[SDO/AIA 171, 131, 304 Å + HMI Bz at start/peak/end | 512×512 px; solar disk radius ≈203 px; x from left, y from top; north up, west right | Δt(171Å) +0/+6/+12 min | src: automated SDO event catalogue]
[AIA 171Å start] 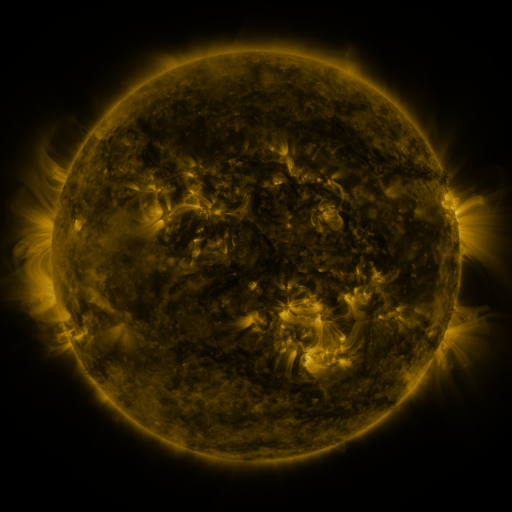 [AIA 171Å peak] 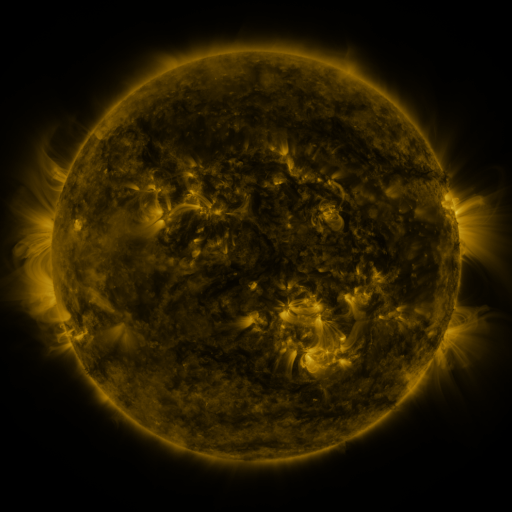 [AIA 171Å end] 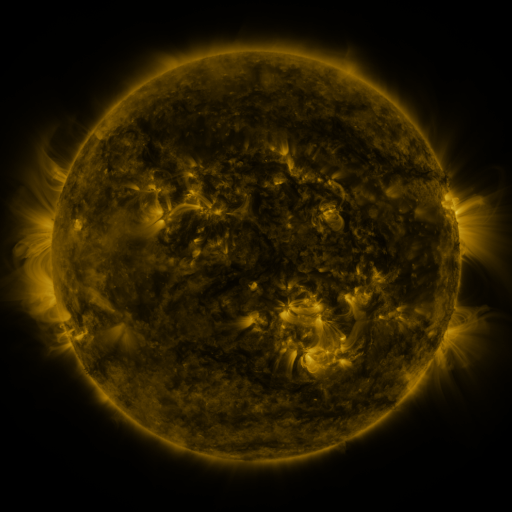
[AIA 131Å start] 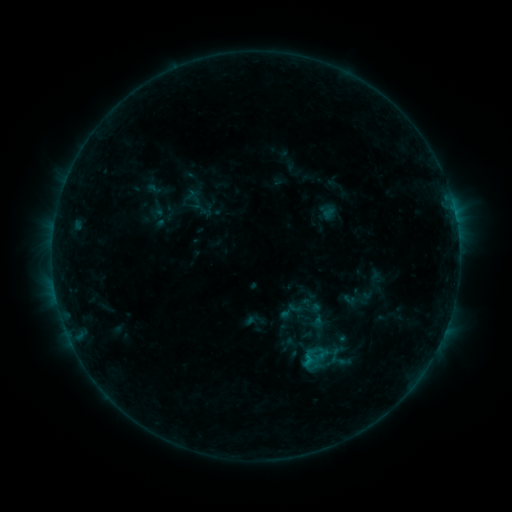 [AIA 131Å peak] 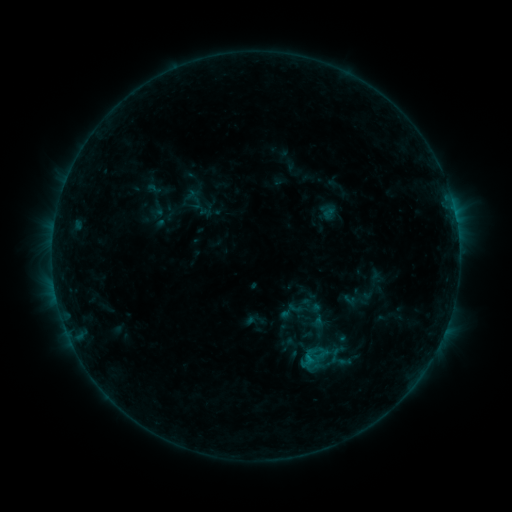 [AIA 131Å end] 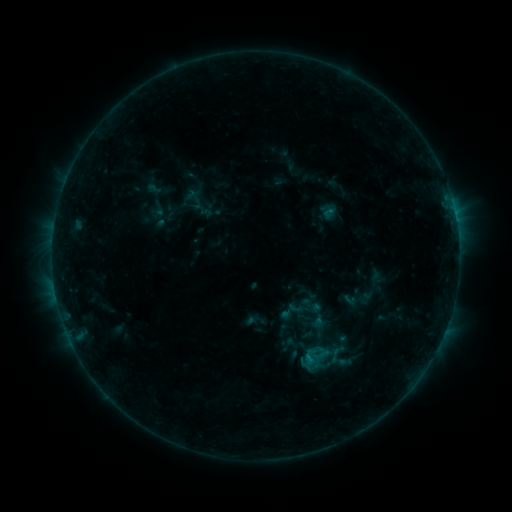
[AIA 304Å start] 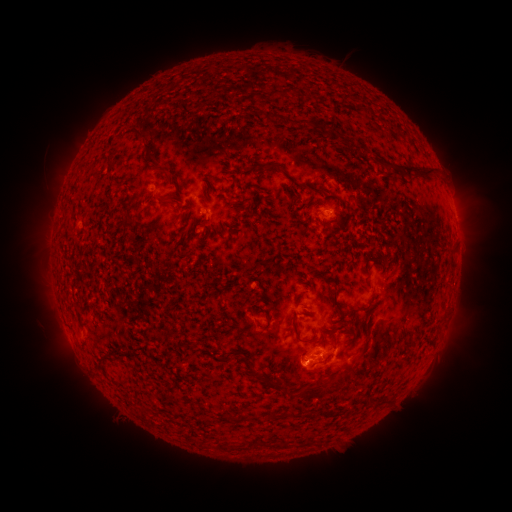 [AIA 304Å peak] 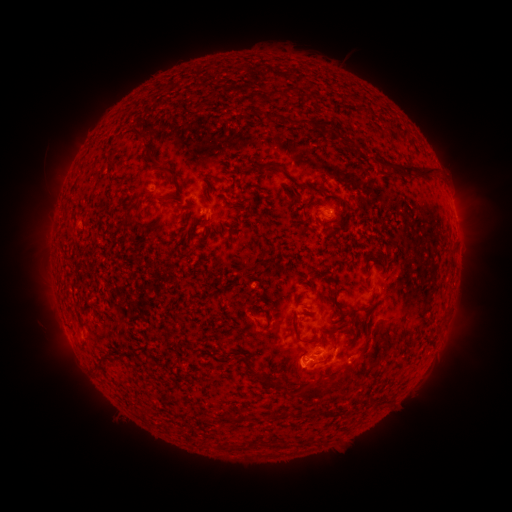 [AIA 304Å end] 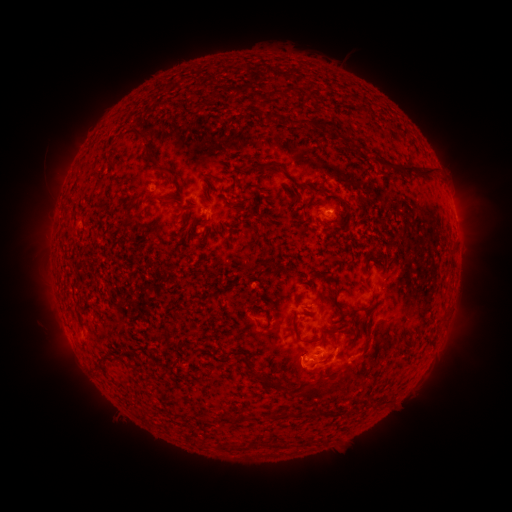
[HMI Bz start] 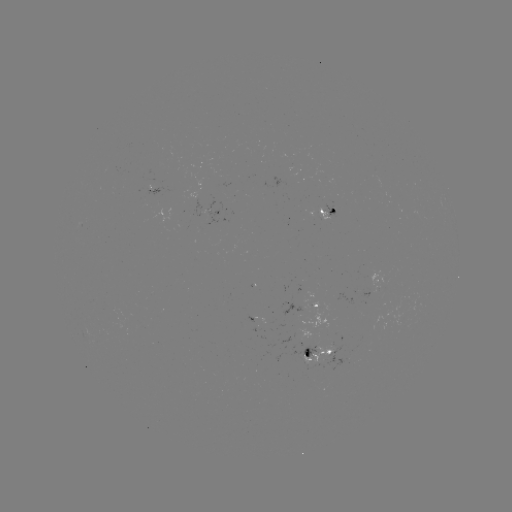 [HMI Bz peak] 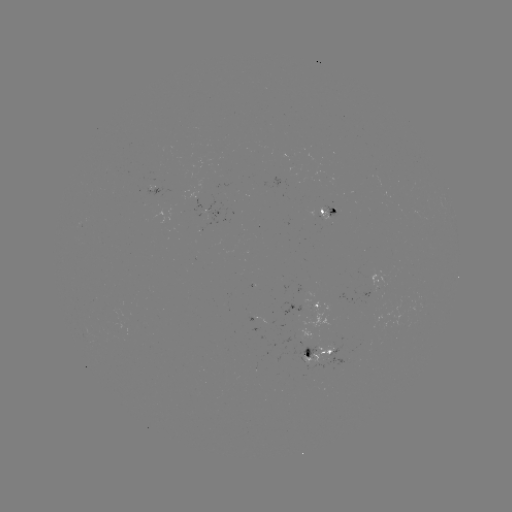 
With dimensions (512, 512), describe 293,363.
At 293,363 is eruption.